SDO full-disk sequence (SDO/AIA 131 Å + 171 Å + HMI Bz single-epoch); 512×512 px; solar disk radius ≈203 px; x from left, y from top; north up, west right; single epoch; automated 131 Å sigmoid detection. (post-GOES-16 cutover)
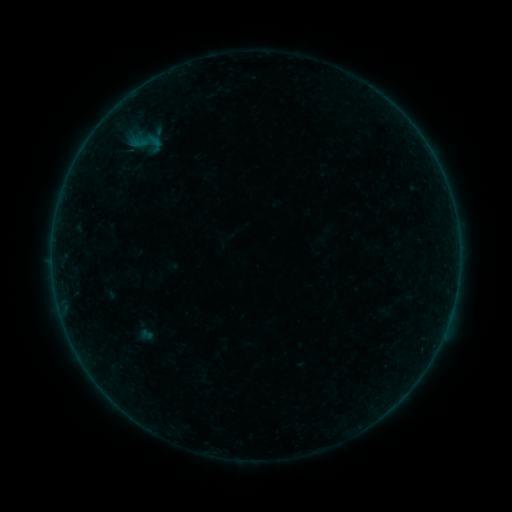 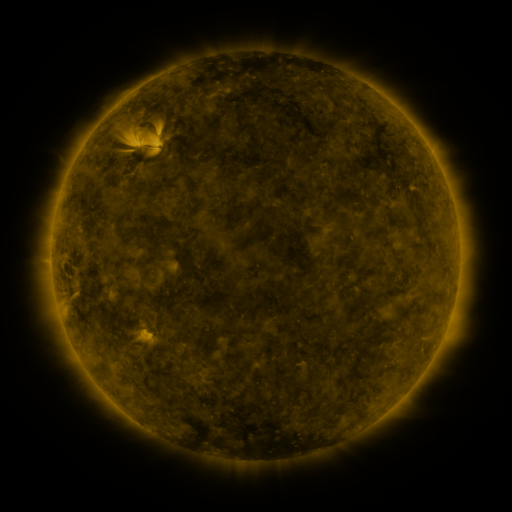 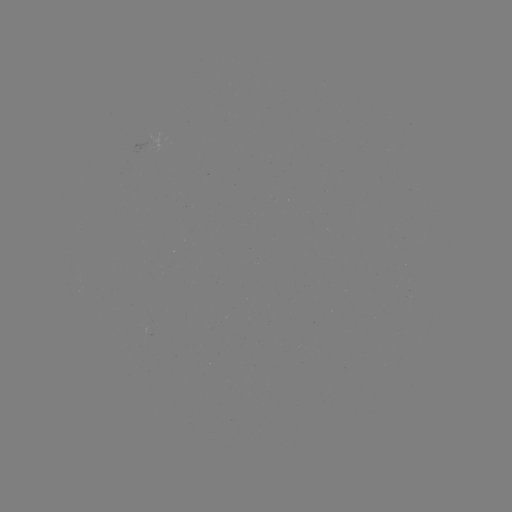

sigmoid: [129, 125, 164, 160]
